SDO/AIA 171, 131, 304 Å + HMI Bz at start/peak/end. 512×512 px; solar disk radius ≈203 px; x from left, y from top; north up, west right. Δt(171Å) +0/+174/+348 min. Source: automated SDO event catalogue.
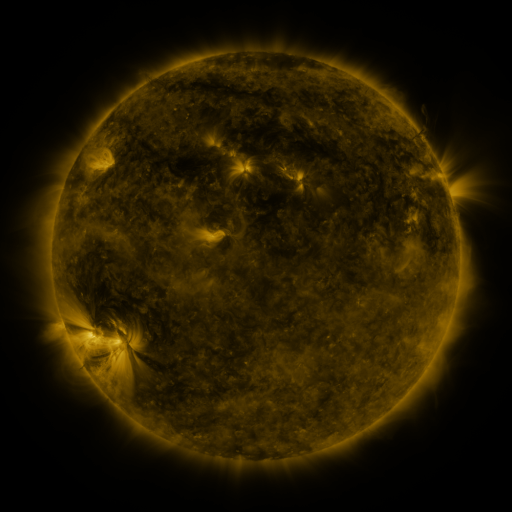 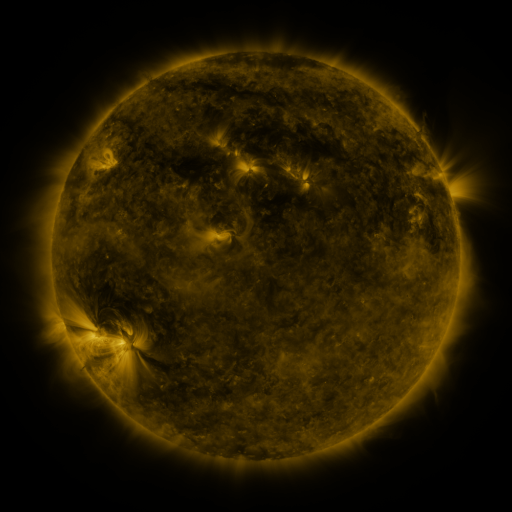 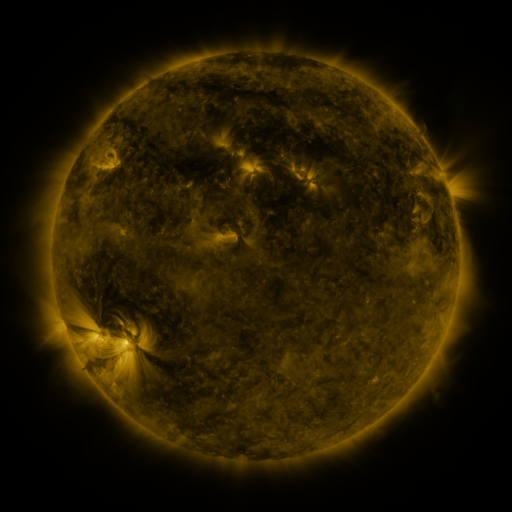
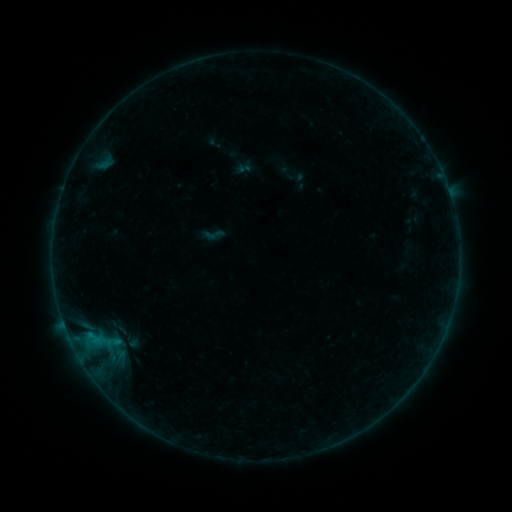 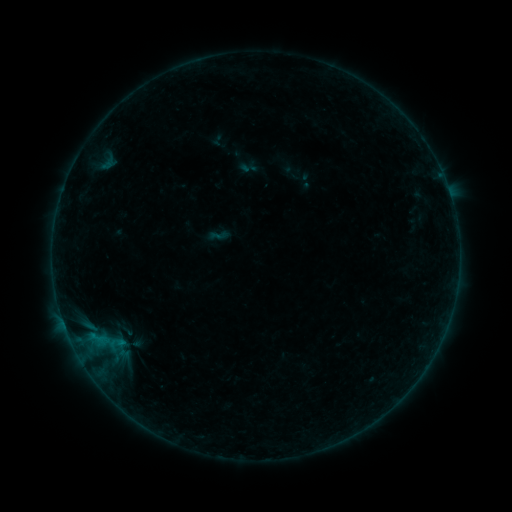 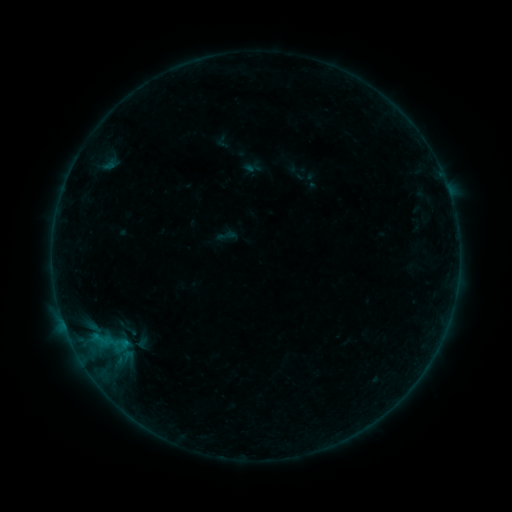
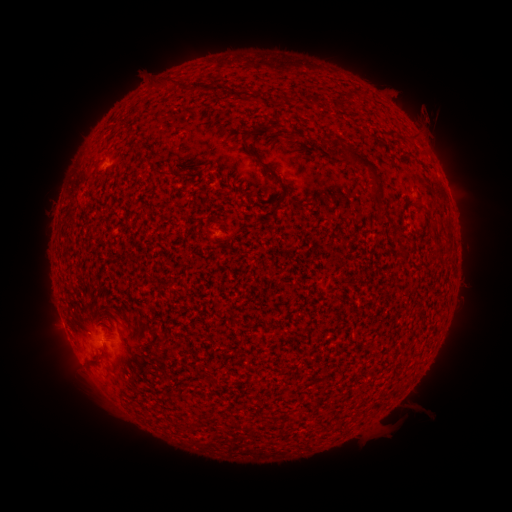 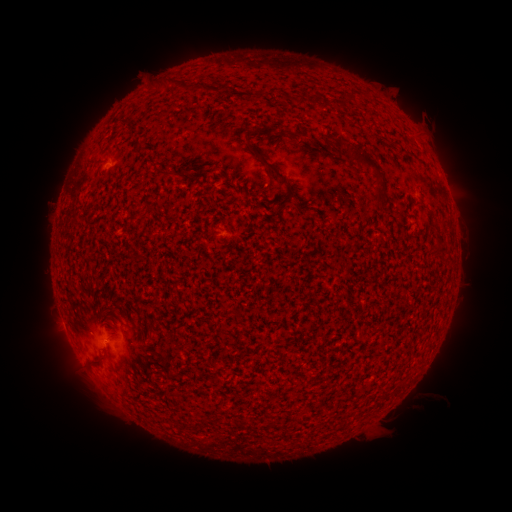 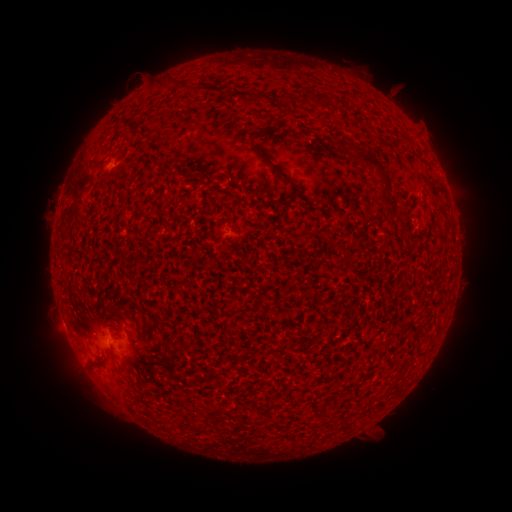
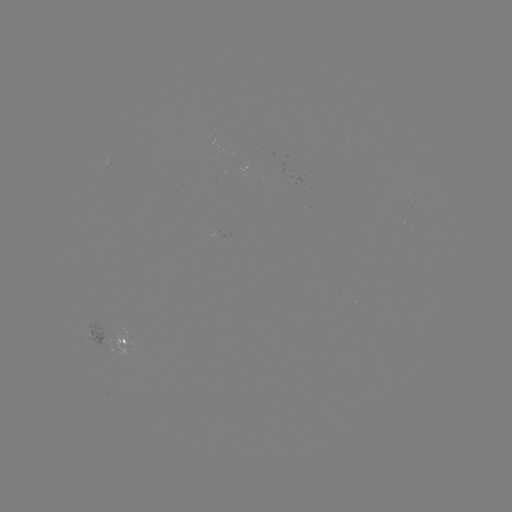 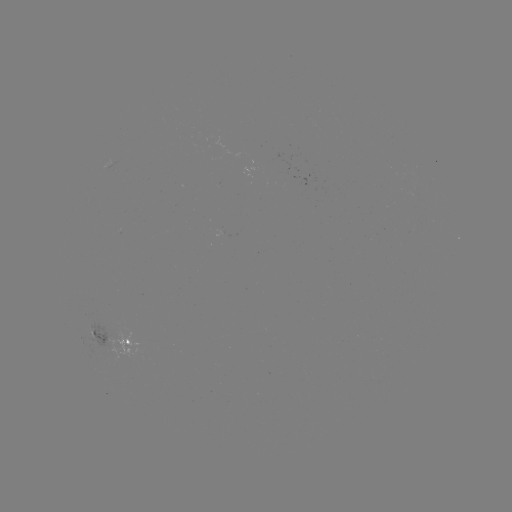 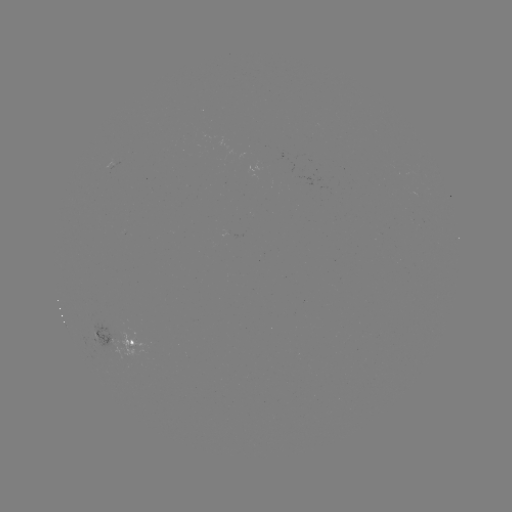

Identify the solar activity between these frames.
filament eruption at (402, 409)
